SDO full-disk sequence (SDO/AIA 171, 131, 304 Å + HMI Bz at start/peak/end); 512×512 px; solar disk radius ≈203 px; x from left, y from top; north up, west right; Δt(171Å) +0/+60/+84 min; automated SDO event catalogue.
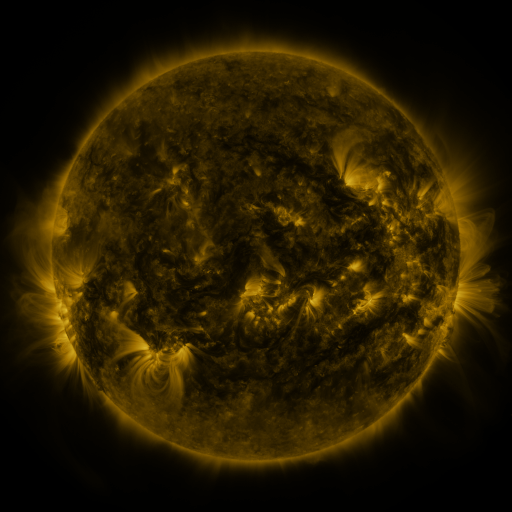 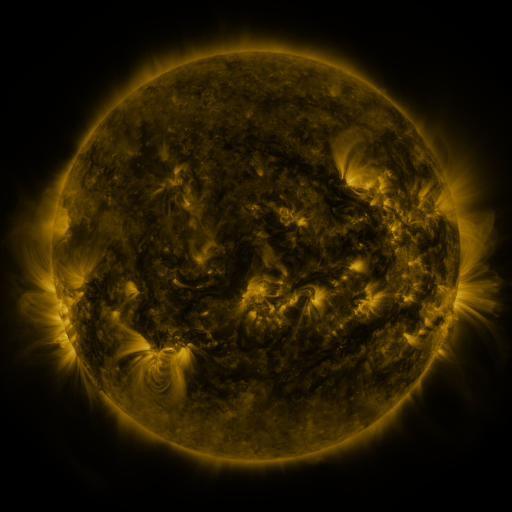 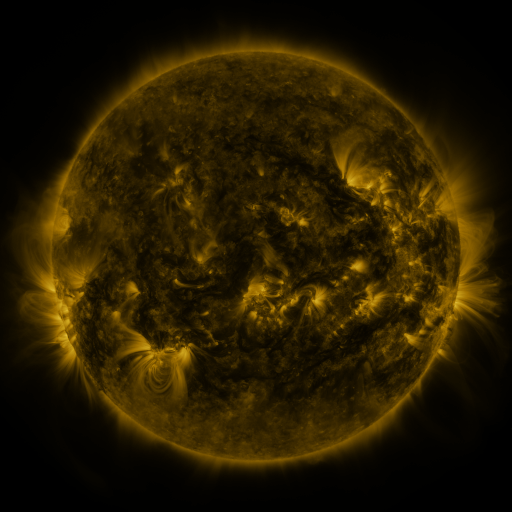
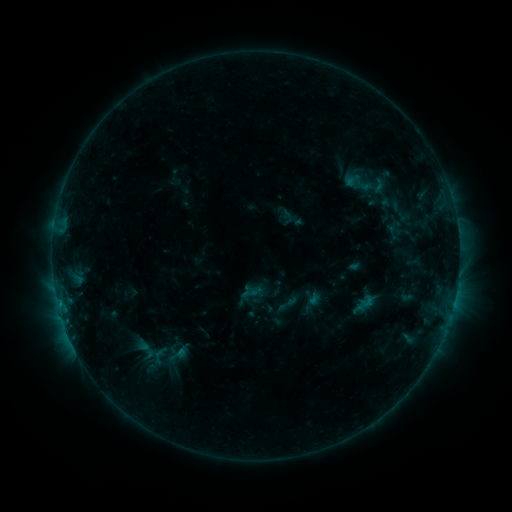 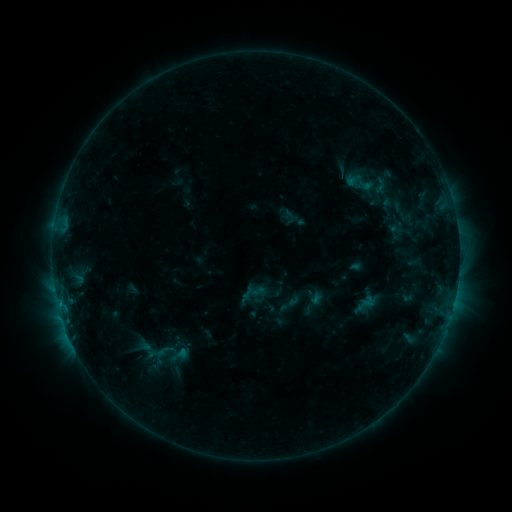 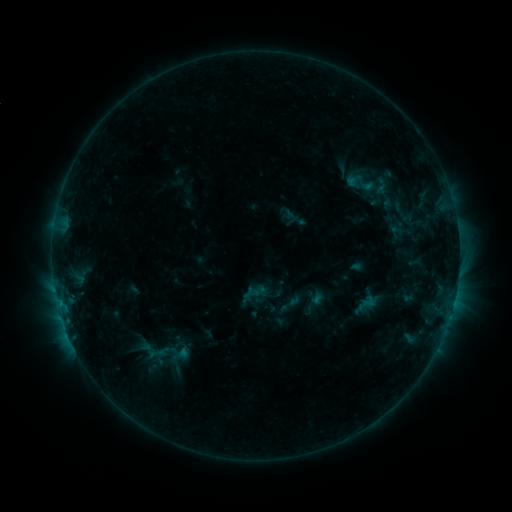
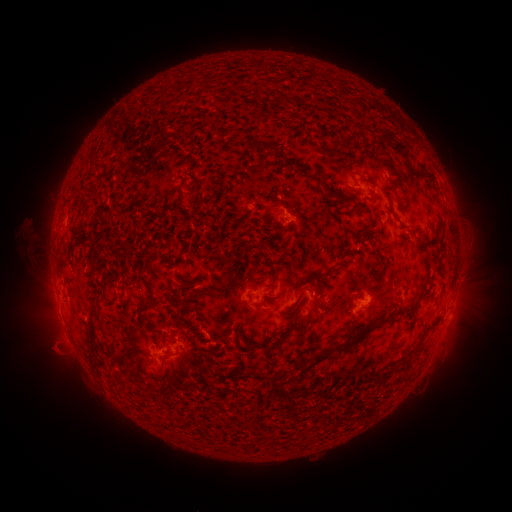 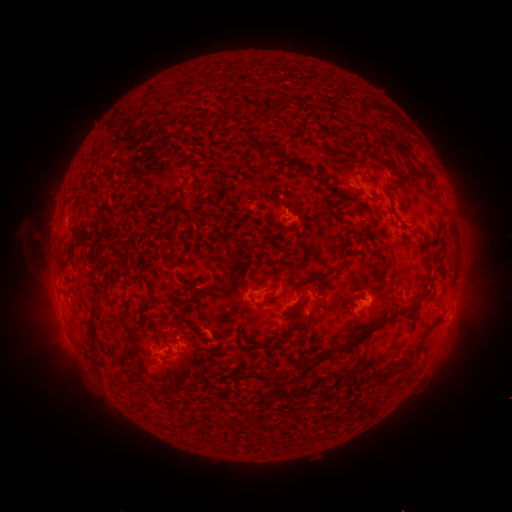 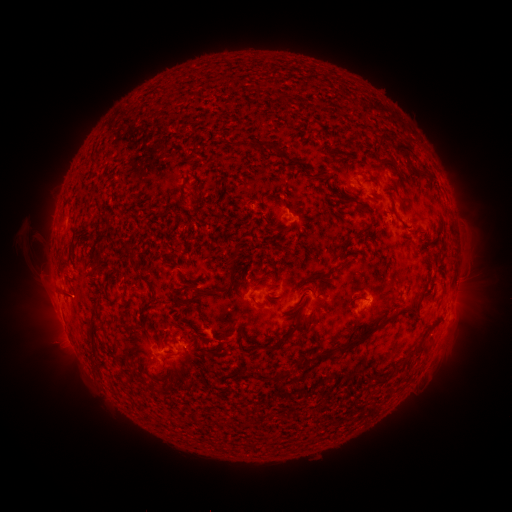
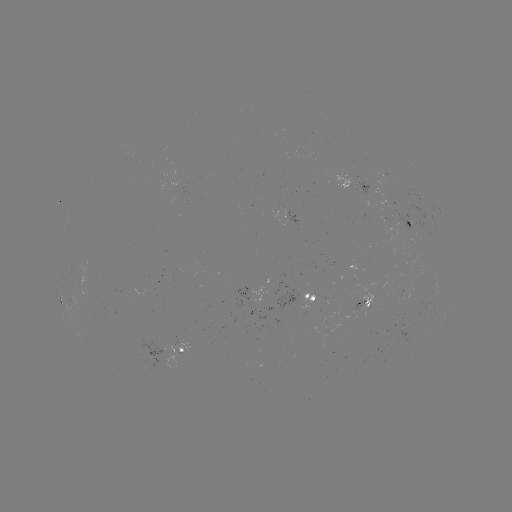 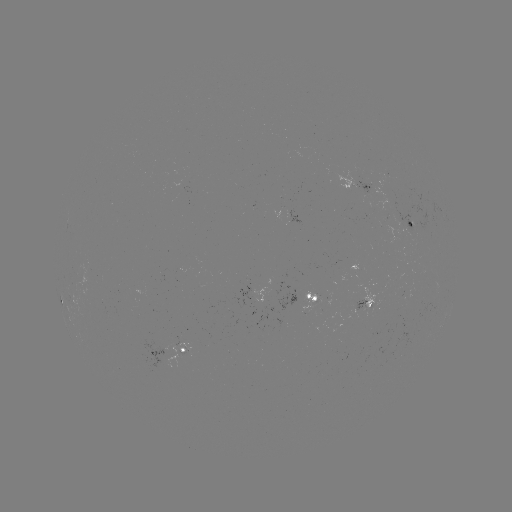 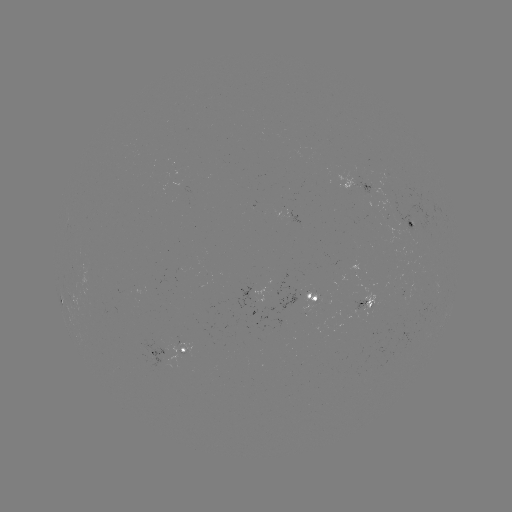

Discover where emerging-flux region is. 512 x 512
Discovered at [368, 189].